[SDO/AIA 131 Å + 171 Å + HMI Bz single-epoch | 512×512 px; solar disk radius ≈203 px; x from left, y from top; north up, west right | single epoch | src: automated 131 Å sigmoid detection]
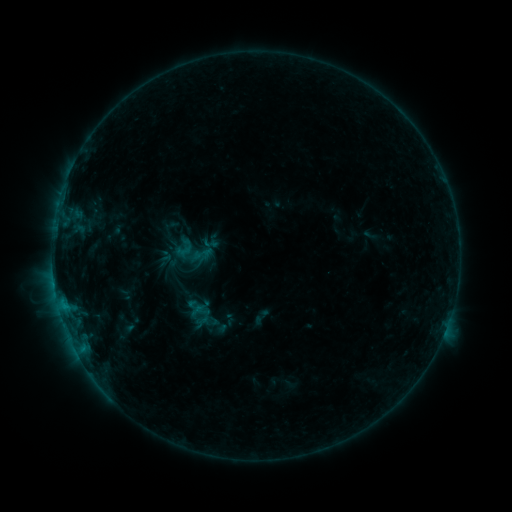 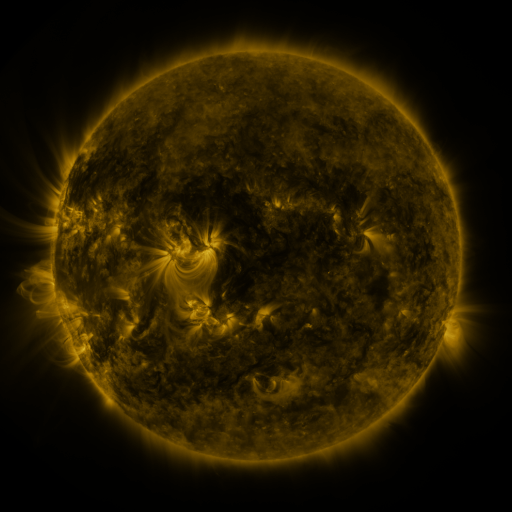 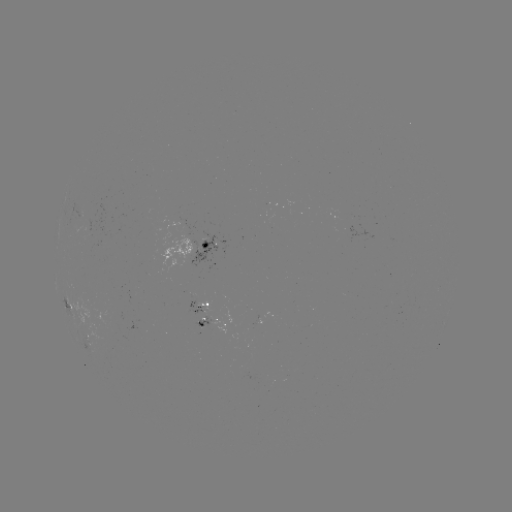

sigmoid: <bbox>202, 235, 218, 252</bbox>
